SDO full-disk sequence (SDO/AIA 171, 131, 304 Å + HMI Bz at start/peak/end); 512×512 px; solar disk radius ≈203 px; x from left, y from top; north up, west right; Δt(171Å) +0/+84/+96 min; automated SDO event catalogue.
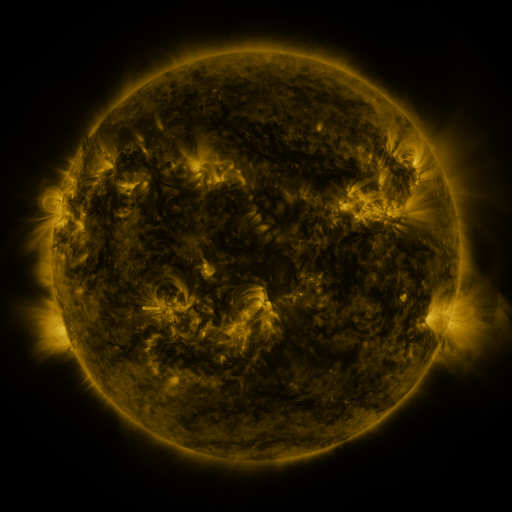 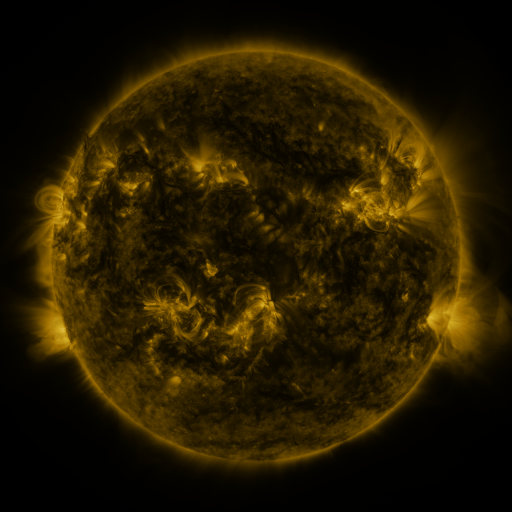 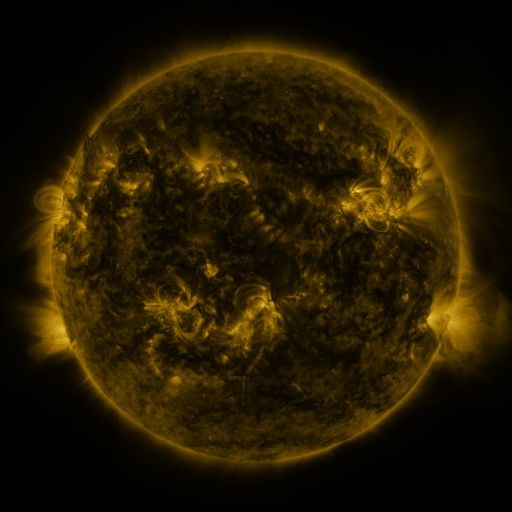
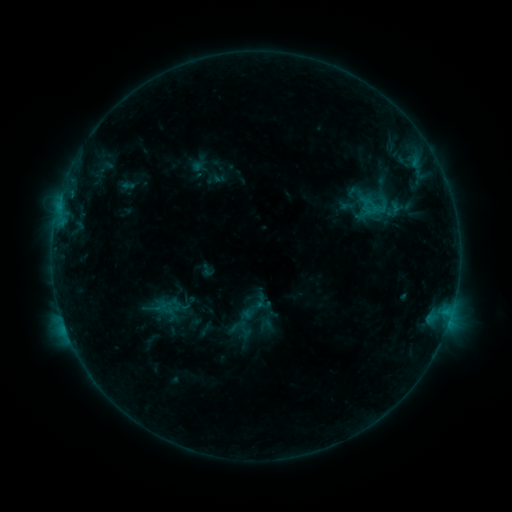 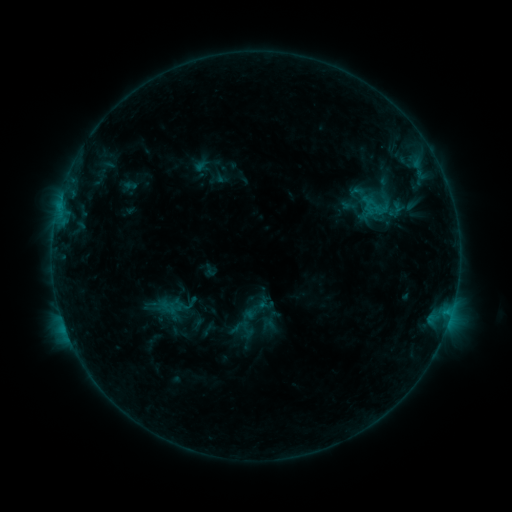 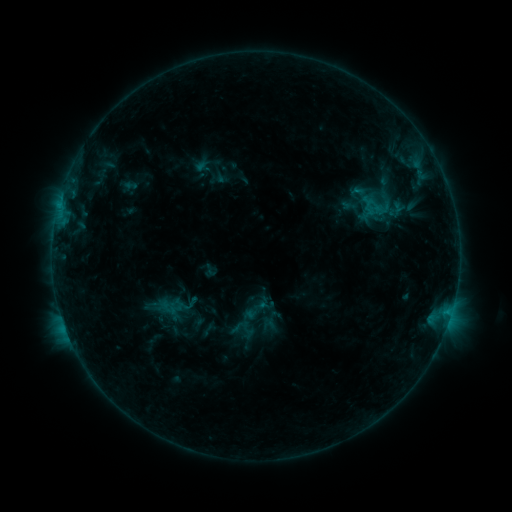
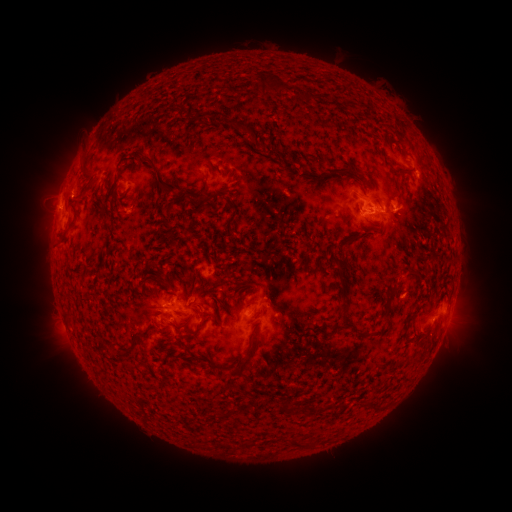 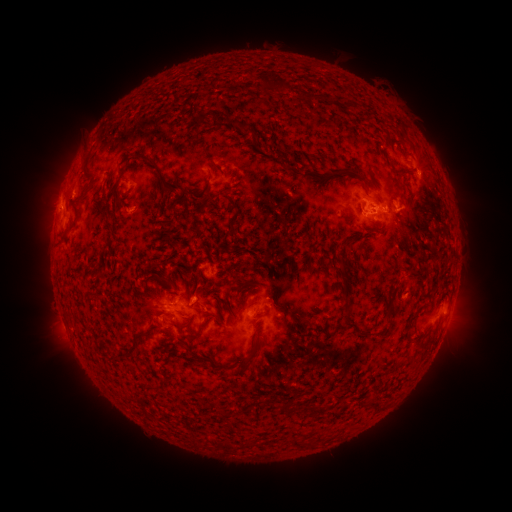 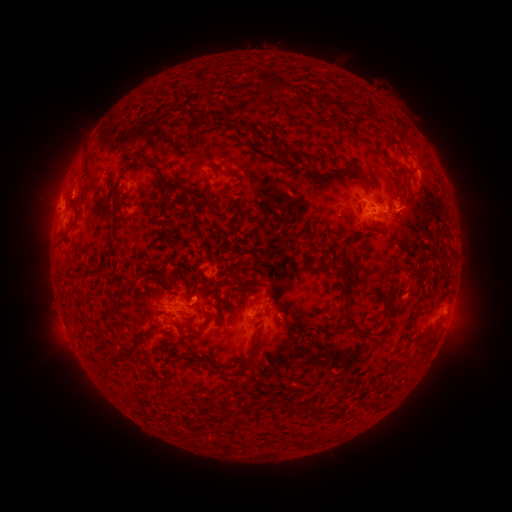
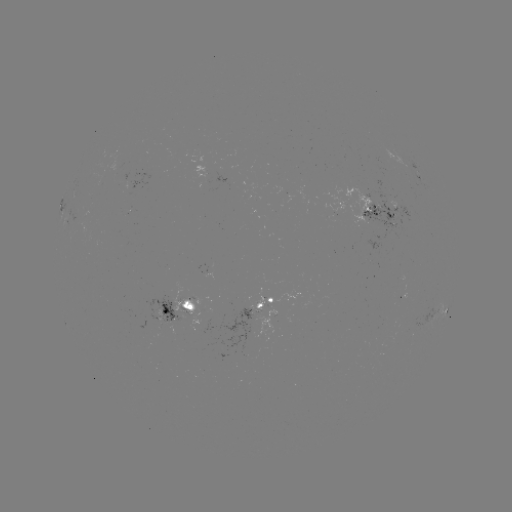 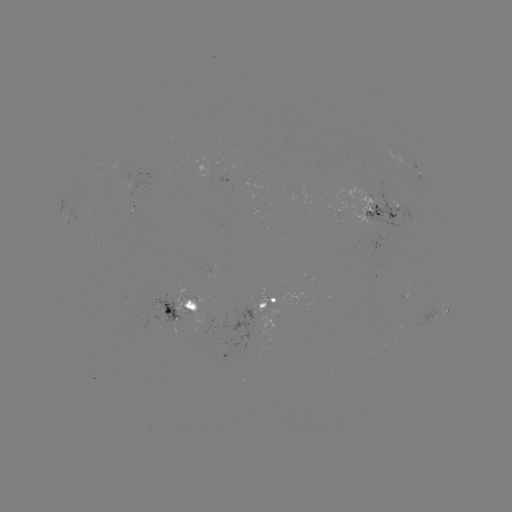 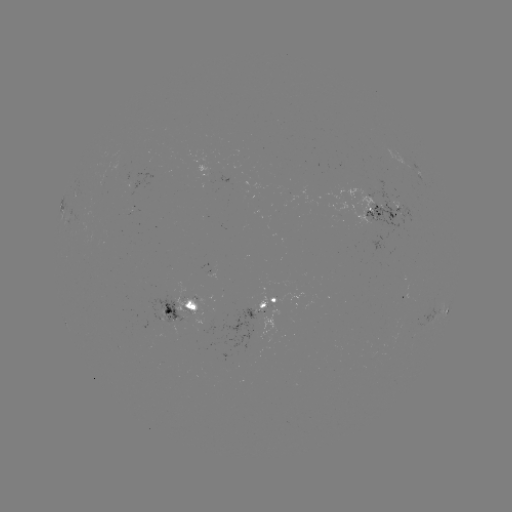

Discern emerging-flux region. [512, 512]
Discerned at (102, 180).